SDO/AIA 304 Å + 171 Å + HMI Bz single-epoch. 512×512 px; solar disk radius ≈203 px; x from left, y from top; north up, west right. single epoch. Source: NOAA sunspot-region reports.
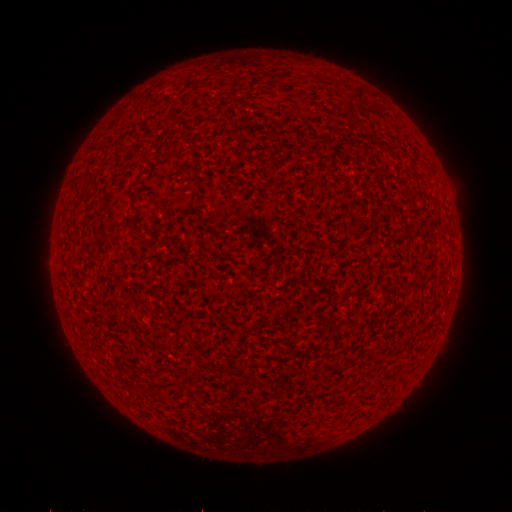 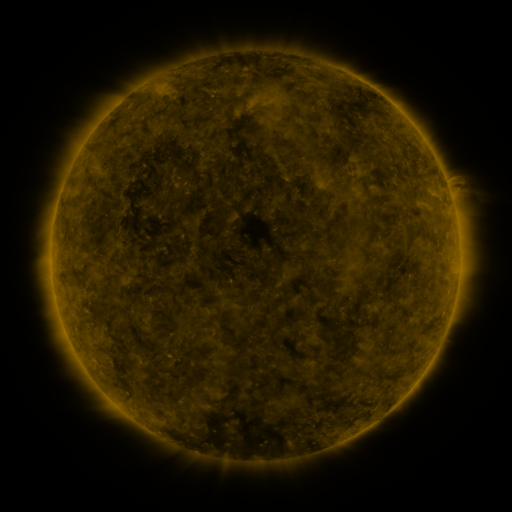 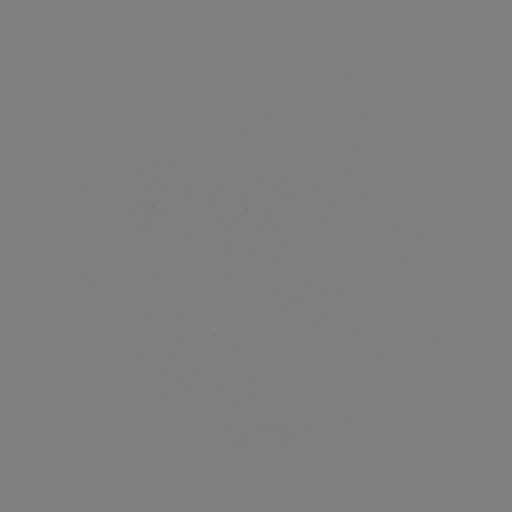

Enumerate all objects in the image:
(none)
